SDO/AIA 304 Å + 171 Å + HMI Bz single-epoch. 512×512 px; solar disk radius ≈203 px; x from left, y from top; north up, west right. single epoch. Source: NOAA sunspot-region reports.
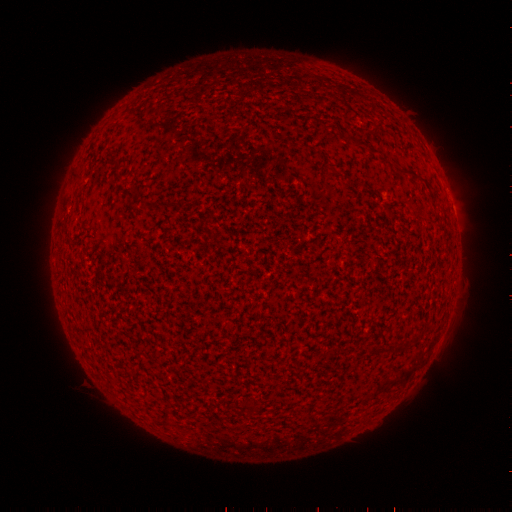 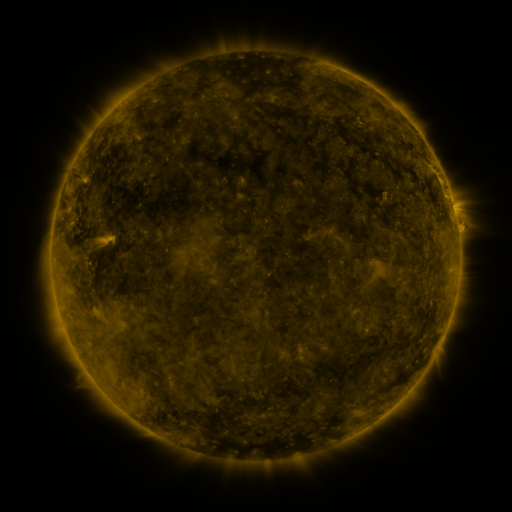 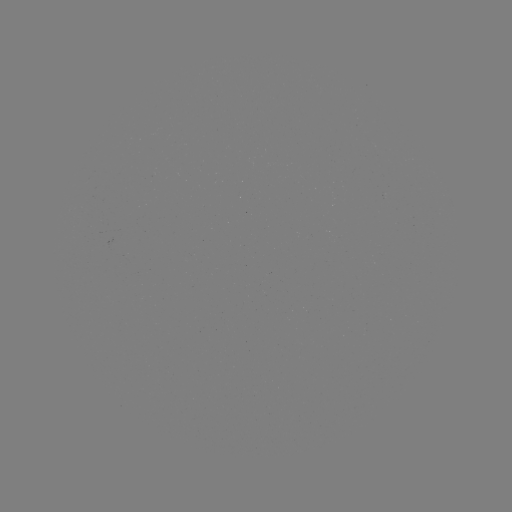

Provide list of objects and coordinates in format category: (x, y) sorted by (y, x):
(none)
